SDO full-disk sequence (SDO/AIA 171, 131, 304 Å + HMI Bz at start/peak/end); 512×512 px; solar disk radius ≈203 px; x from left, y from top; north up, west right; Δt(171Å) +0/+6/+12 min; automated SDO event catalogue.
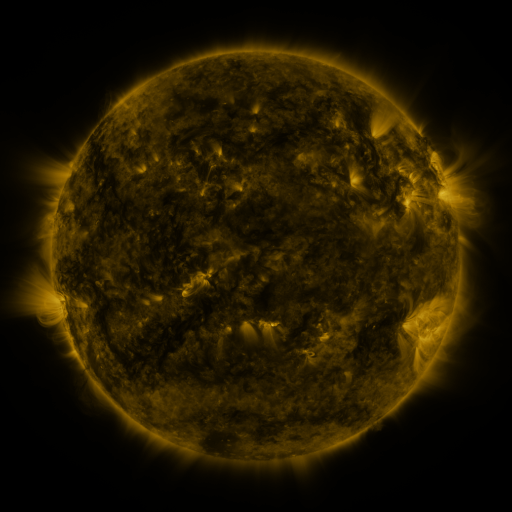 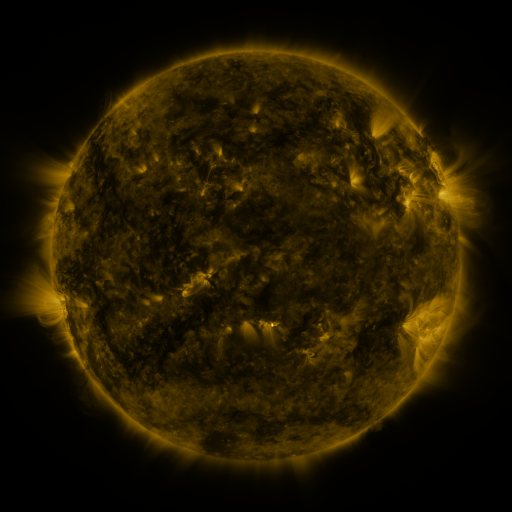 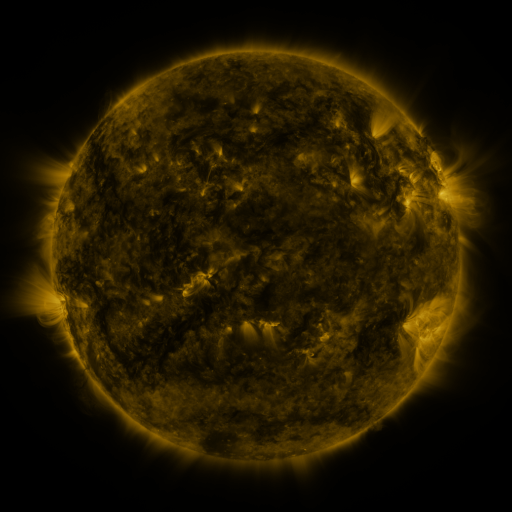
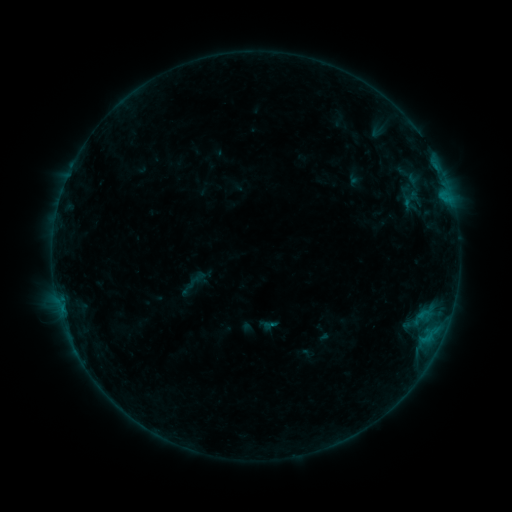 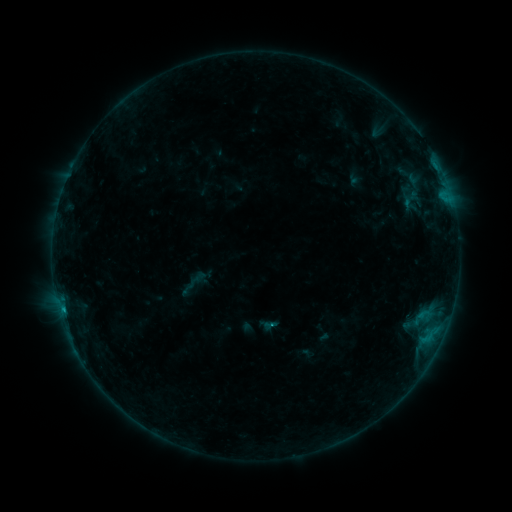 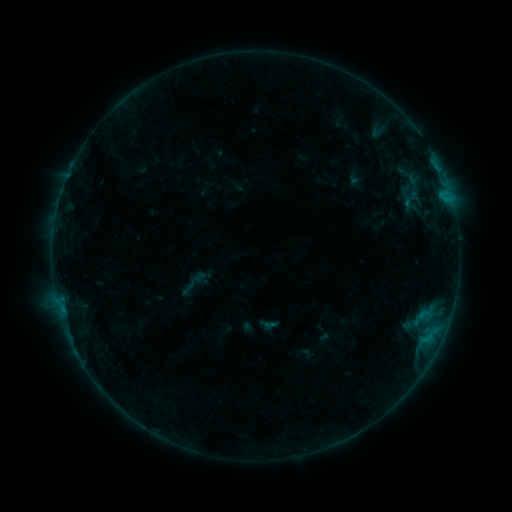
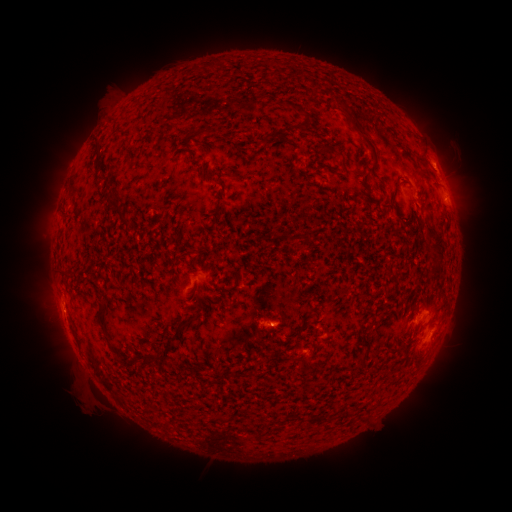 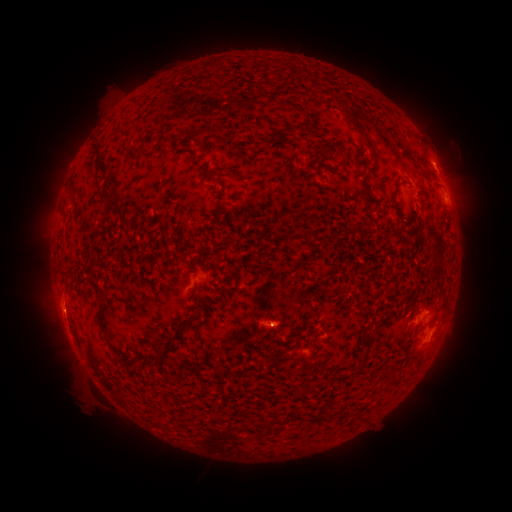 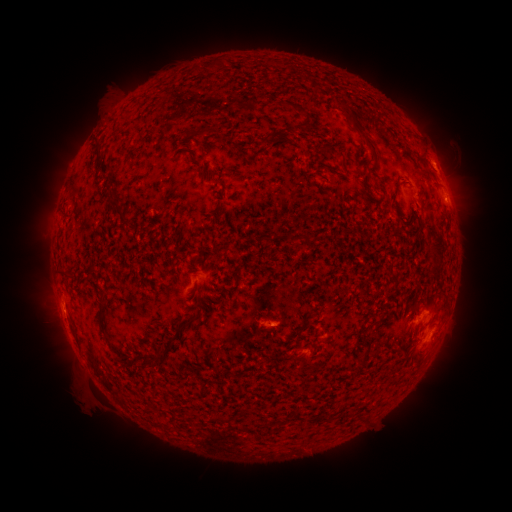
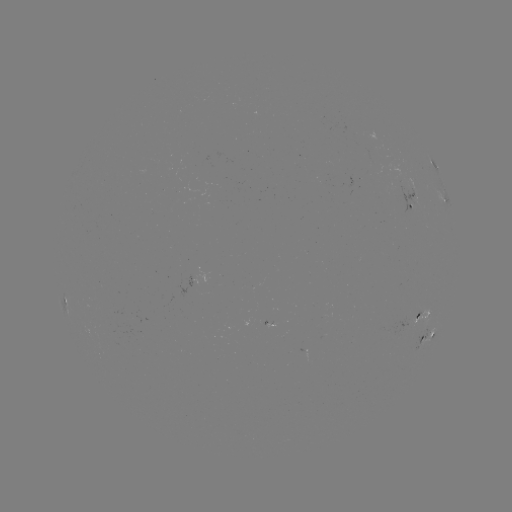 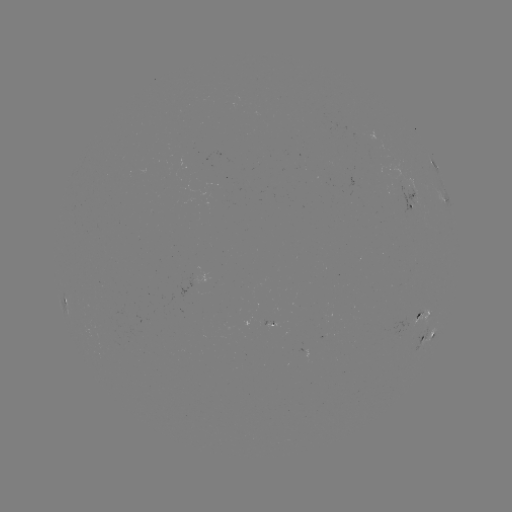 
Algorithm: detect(B4.3 flare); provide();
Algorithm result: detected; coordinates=(268, 325)